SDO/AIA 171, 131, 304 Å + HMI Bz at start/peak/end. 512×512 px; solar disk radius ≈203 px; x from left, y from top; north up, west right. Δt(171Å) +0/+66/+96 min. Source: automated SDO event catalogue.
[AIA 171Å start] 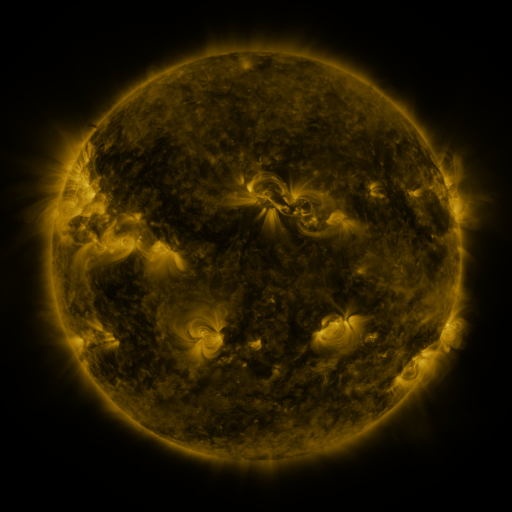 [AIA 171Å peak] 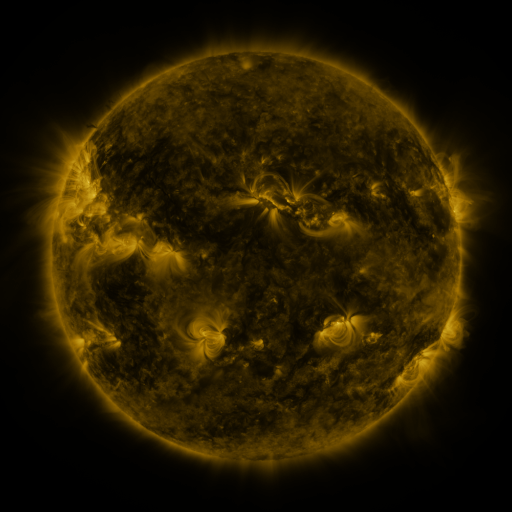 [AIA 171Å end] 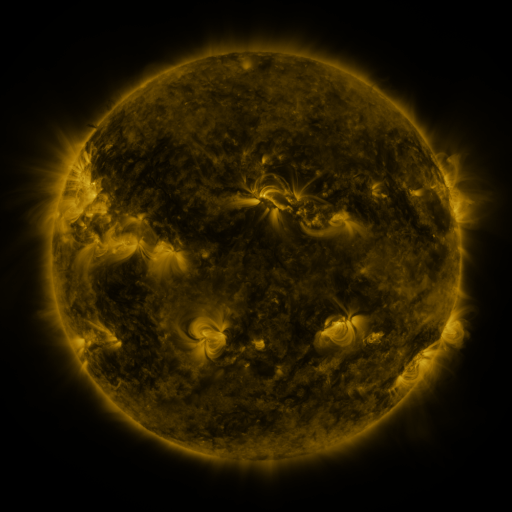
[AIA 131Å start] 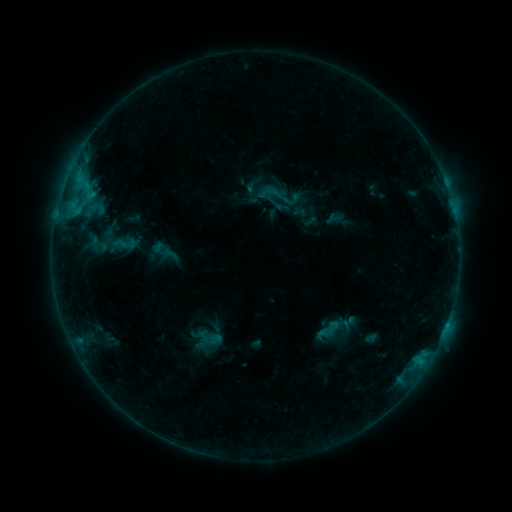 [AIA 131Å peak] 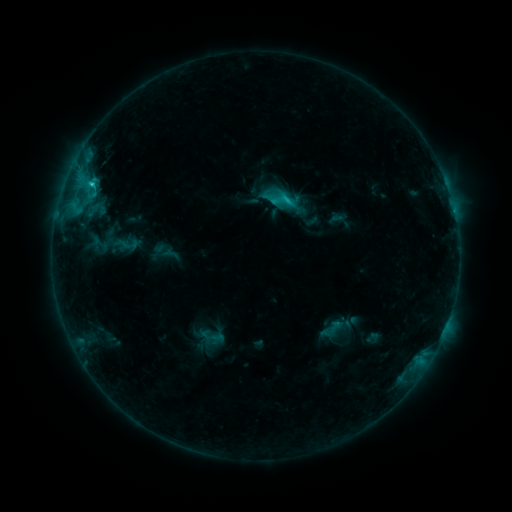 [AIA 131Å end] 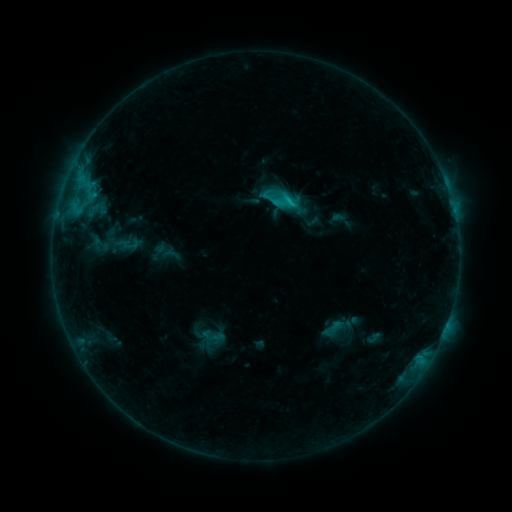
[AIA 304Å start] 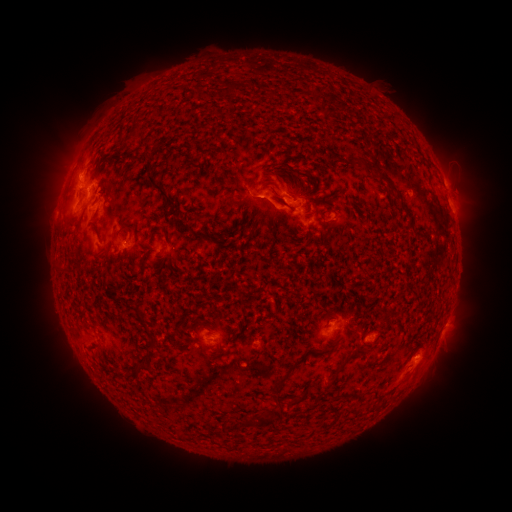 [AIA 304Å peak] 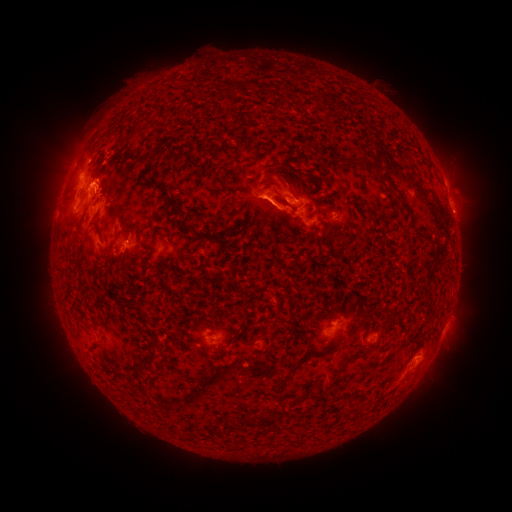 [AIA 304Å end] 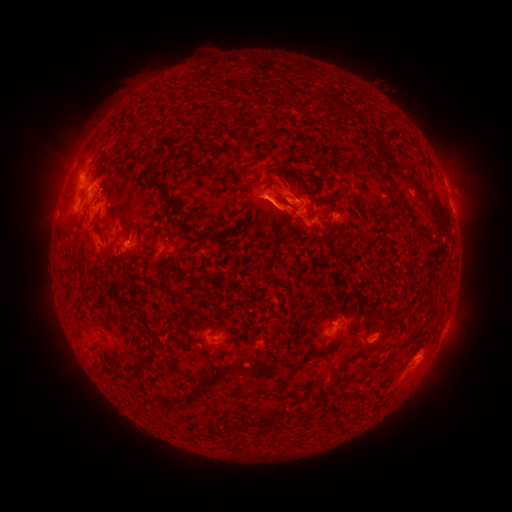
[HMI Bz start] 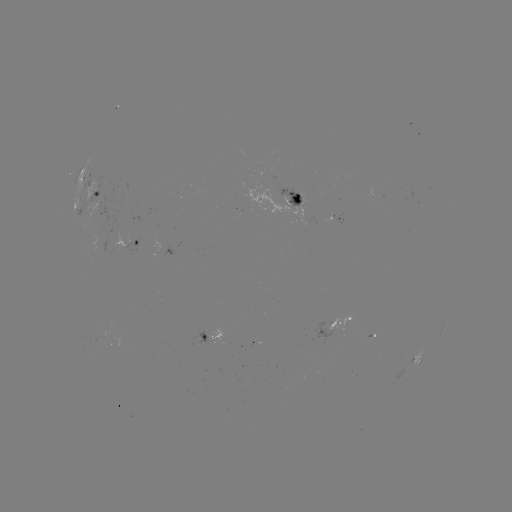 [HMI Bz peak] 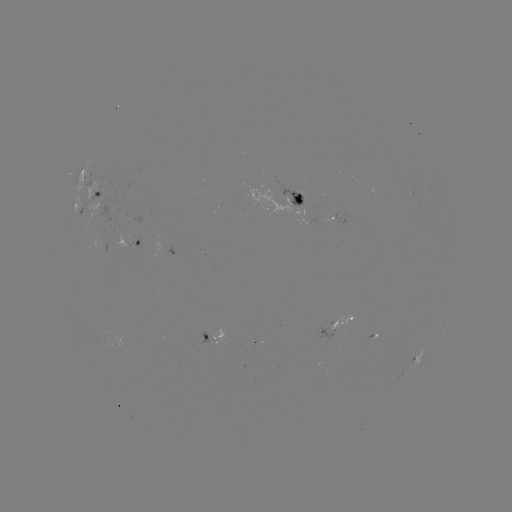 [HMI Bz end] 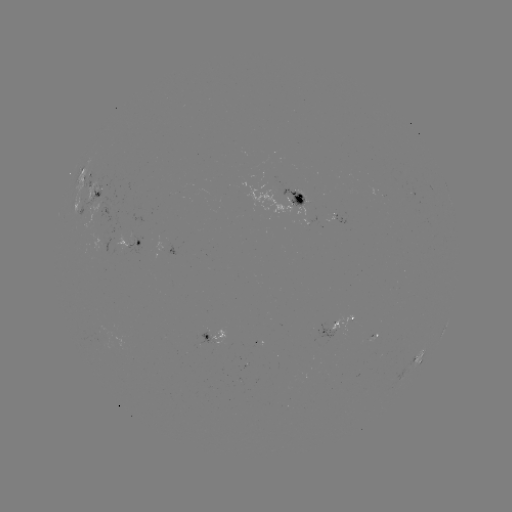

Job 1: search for C2.9 flare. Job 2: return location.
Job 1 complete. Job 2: [93, 185].